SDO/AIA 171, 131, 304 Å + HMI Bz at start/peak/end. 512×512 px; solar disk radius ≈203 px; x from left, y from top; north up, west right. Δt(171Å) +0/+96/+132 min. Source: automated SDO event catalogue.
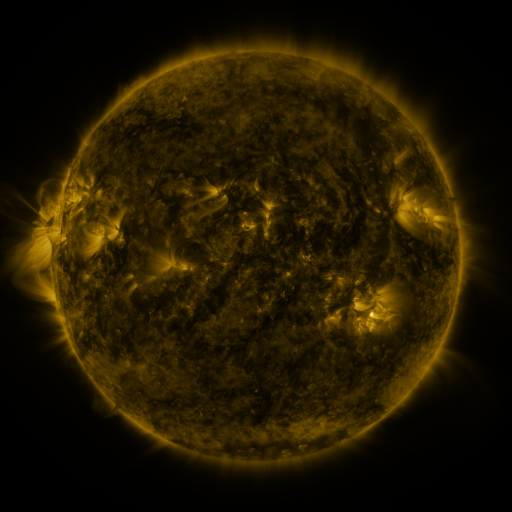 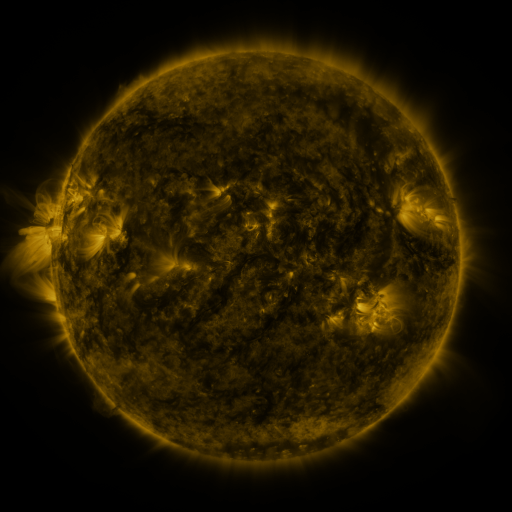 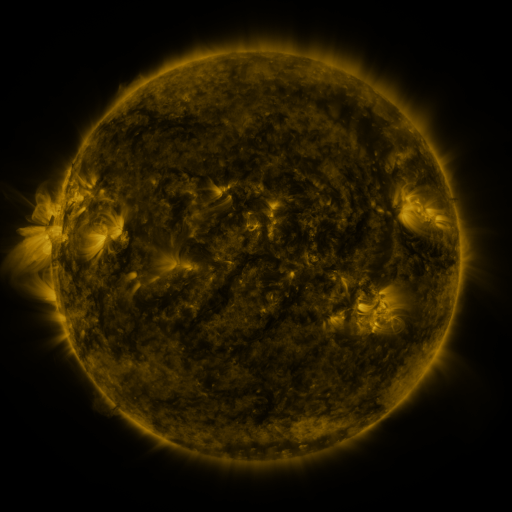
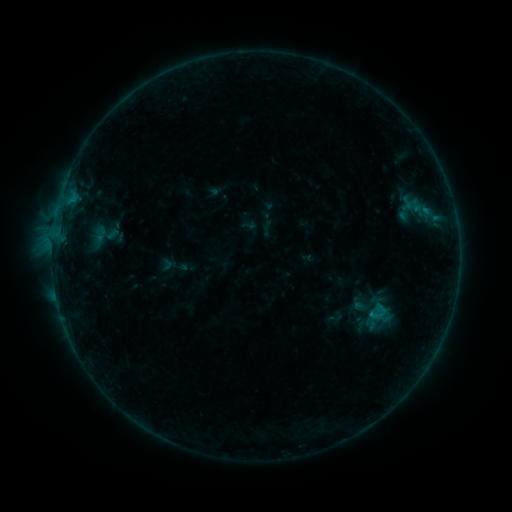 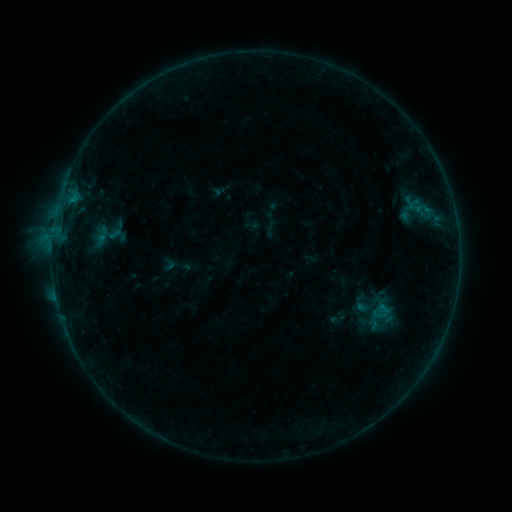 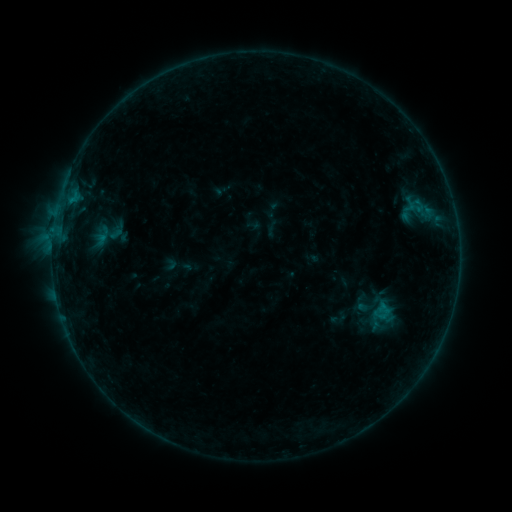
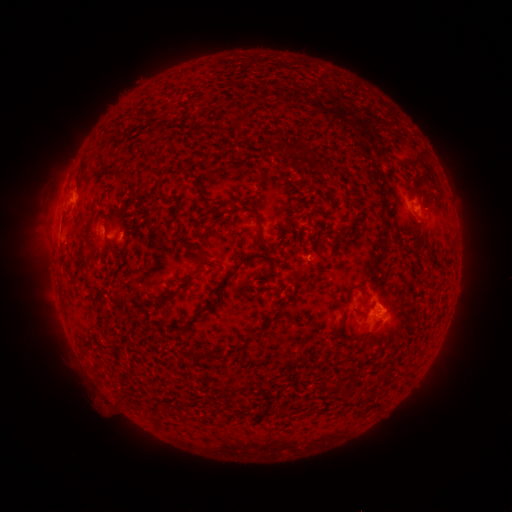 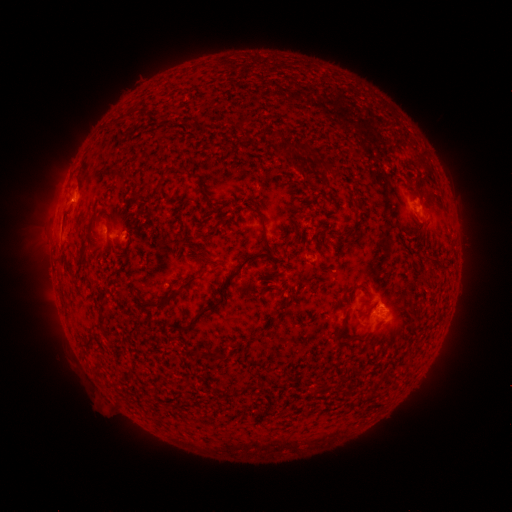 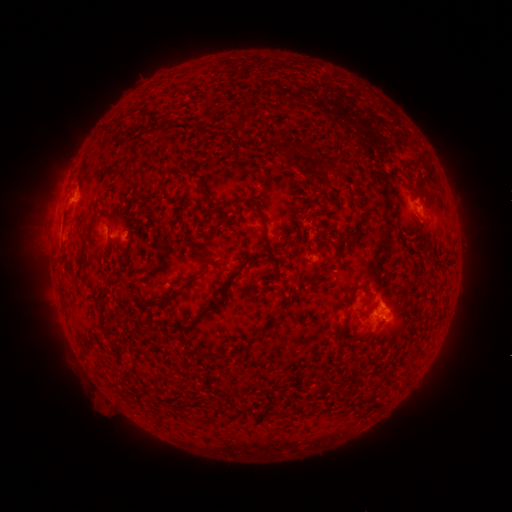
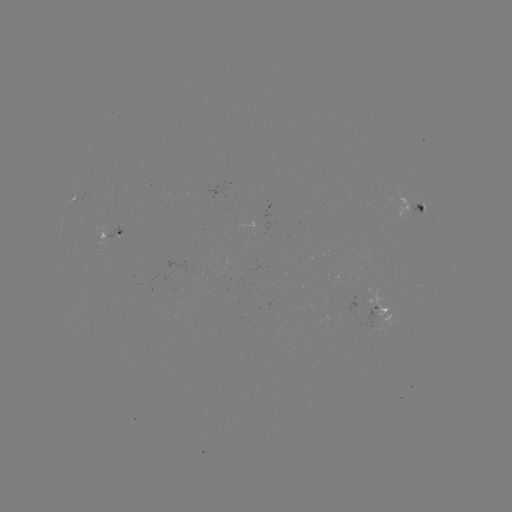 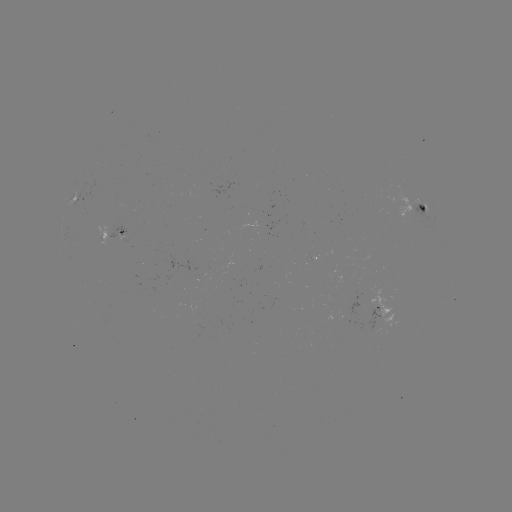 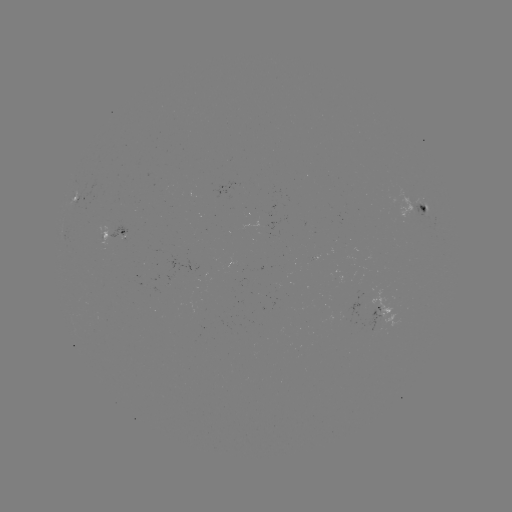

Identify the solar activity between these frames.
emerging-flux region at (413, 201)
